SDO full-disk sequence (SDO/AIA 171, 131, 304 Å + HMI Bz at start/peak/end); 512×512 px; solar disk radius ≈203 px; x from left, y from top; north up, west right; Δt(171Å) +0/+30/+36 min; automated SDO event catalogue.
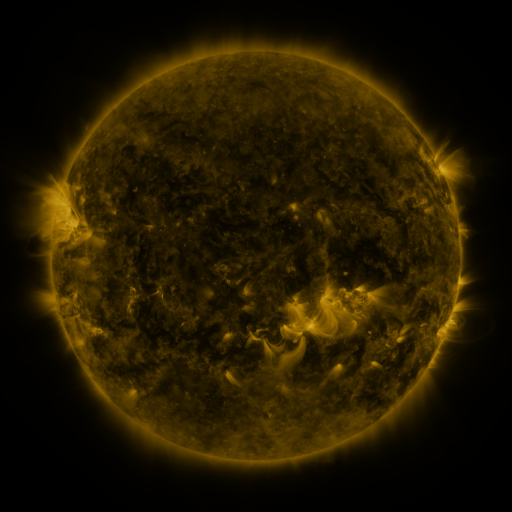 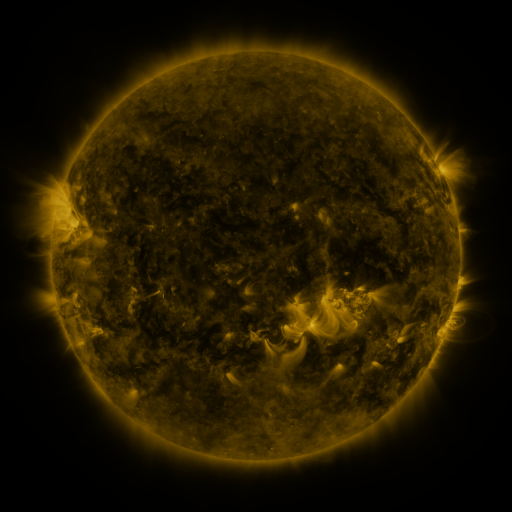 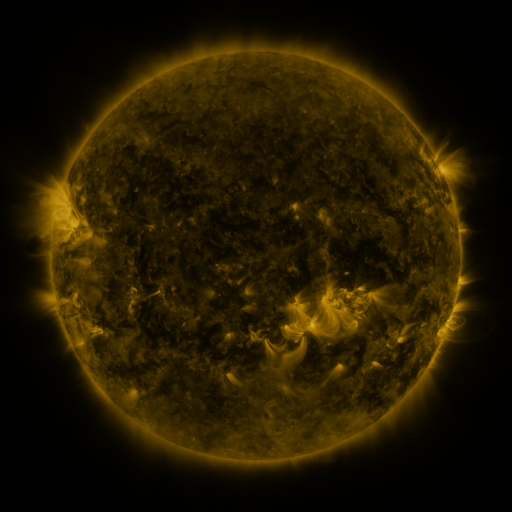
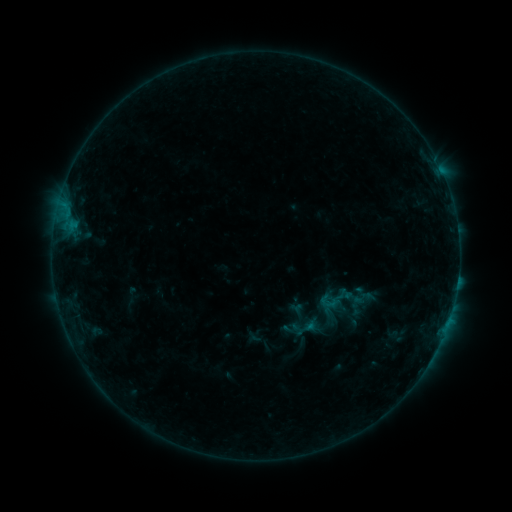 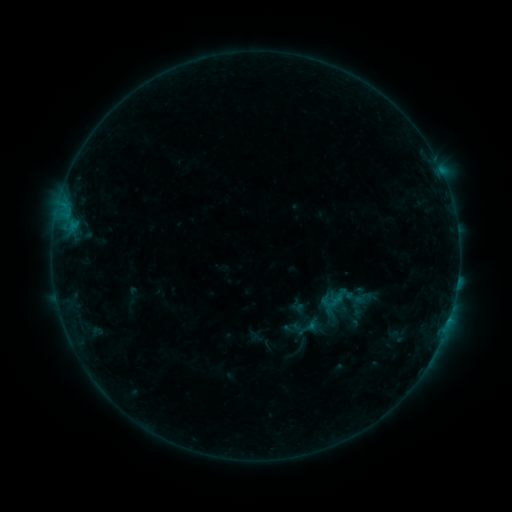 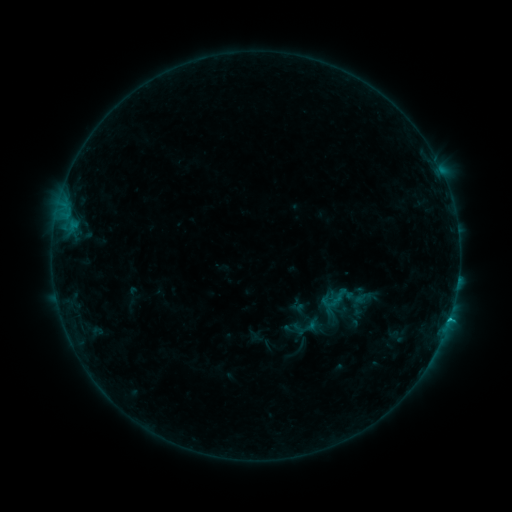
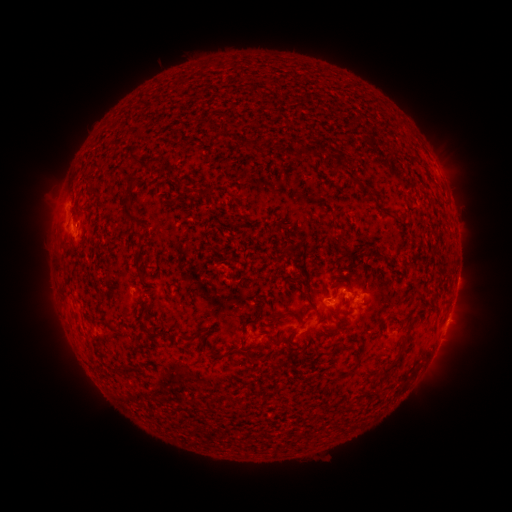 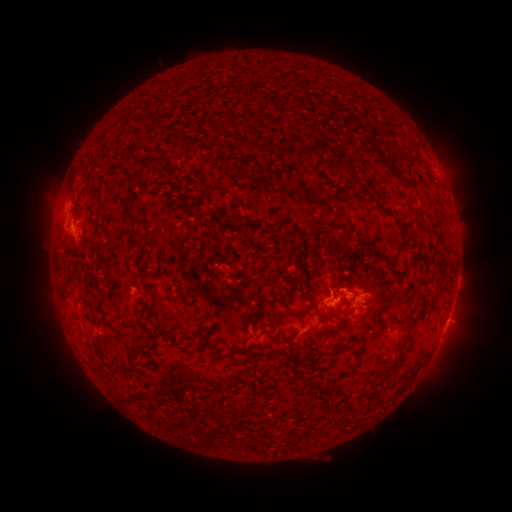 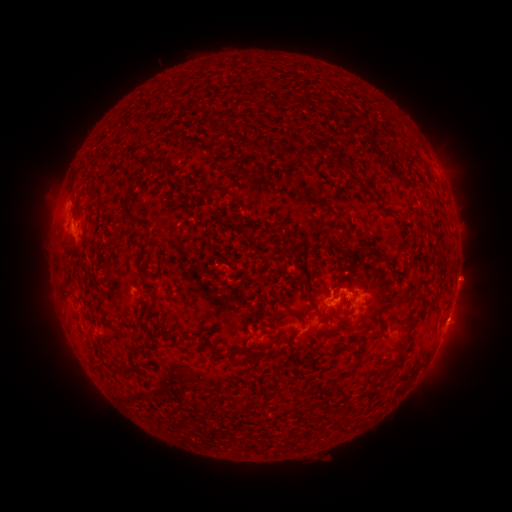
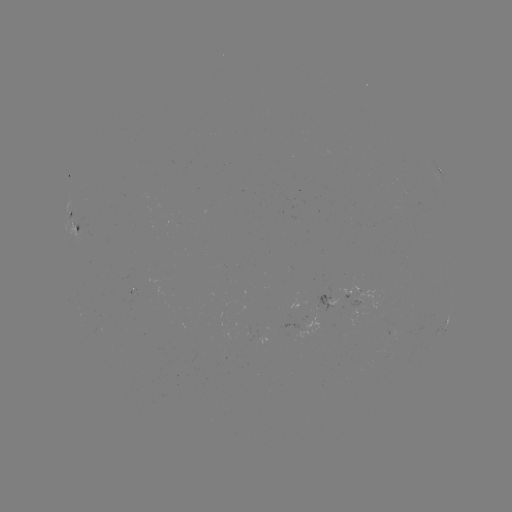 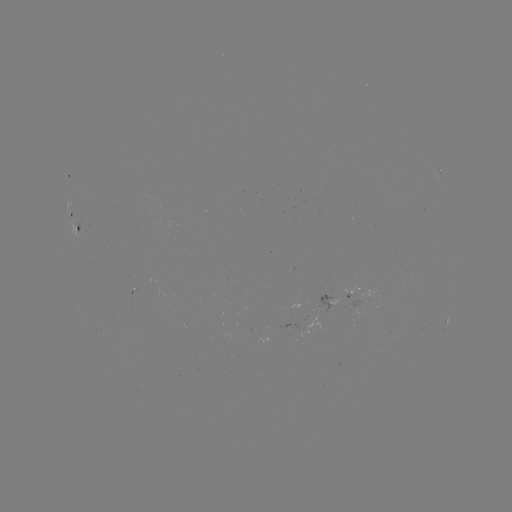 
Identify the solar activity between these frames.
C1.0 flare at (337, 297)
